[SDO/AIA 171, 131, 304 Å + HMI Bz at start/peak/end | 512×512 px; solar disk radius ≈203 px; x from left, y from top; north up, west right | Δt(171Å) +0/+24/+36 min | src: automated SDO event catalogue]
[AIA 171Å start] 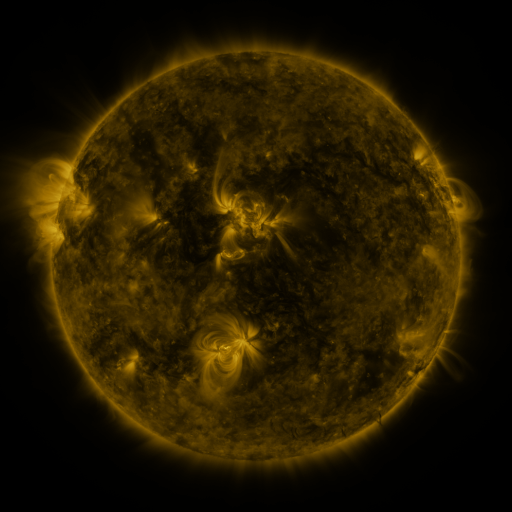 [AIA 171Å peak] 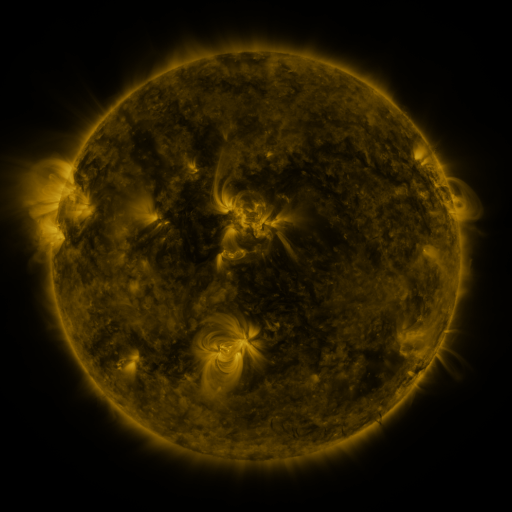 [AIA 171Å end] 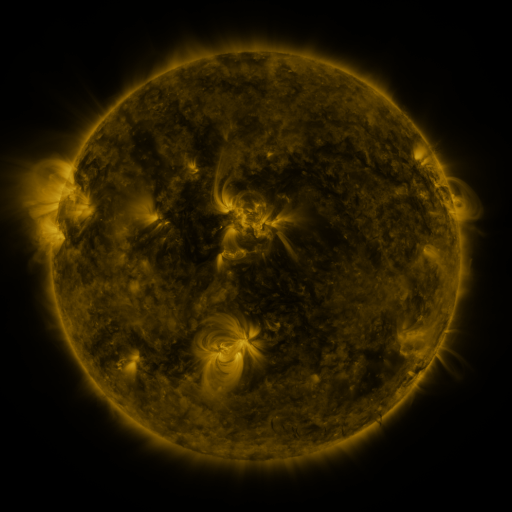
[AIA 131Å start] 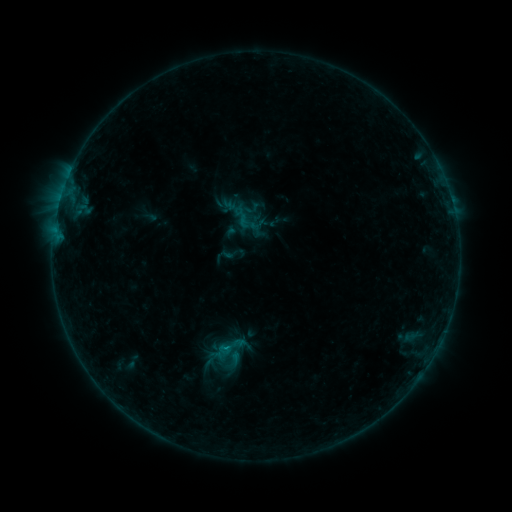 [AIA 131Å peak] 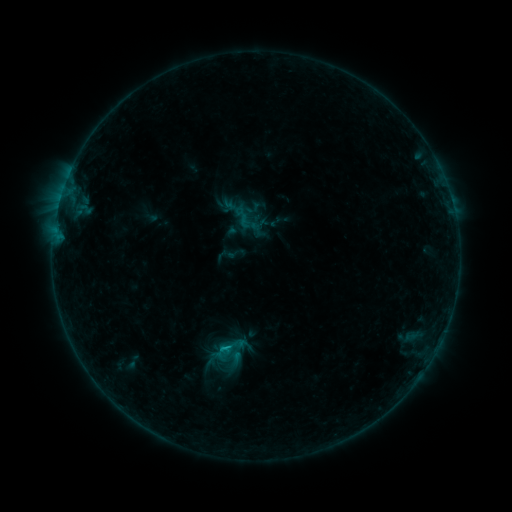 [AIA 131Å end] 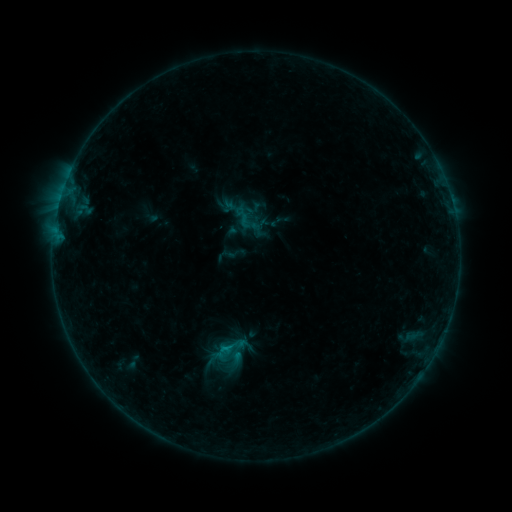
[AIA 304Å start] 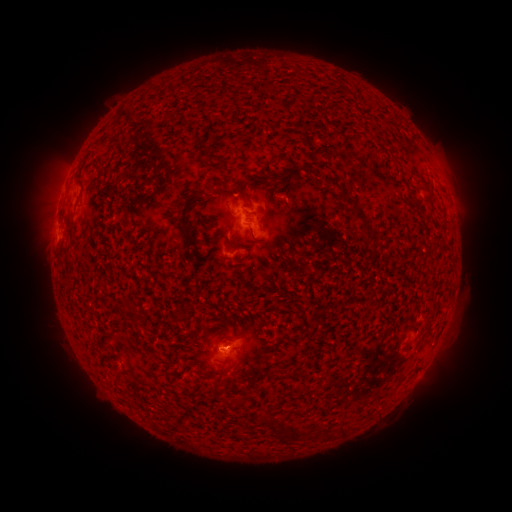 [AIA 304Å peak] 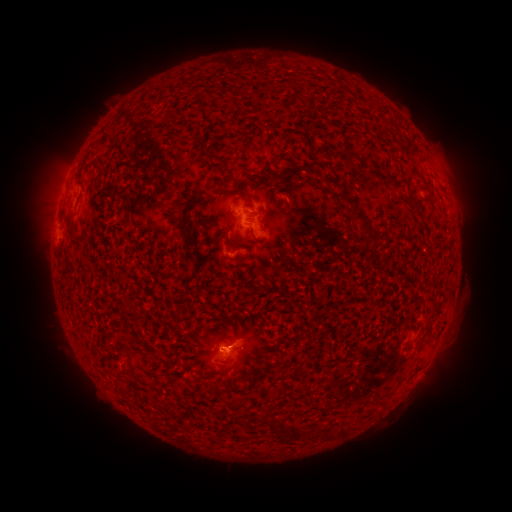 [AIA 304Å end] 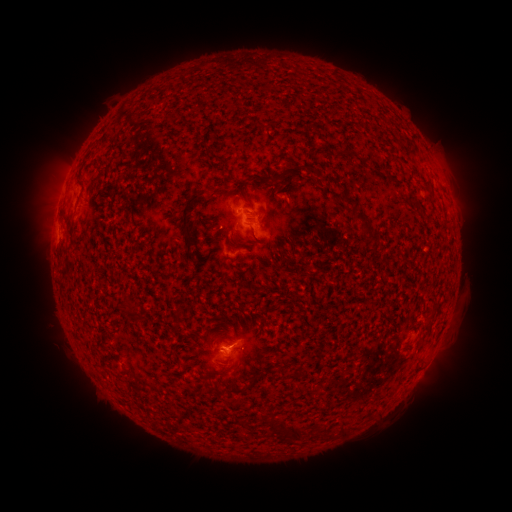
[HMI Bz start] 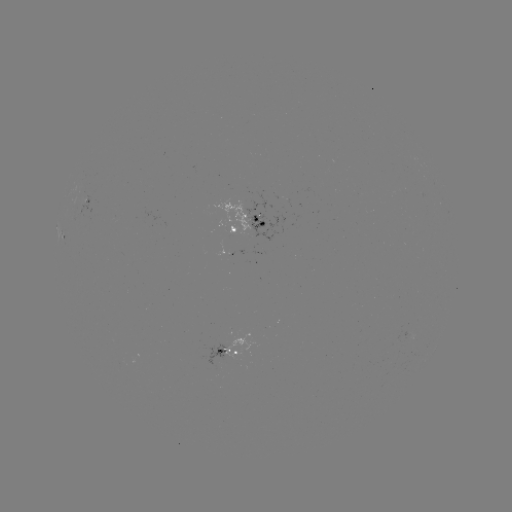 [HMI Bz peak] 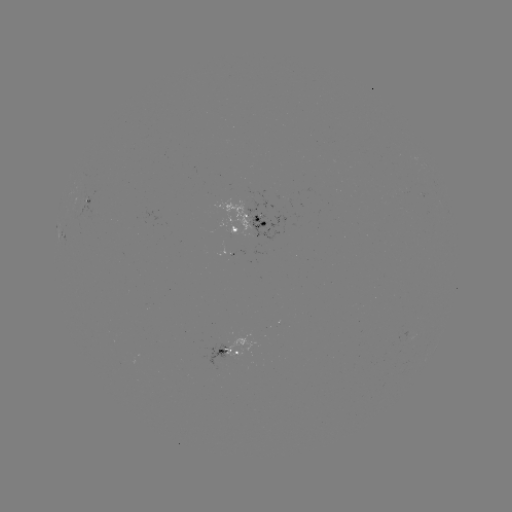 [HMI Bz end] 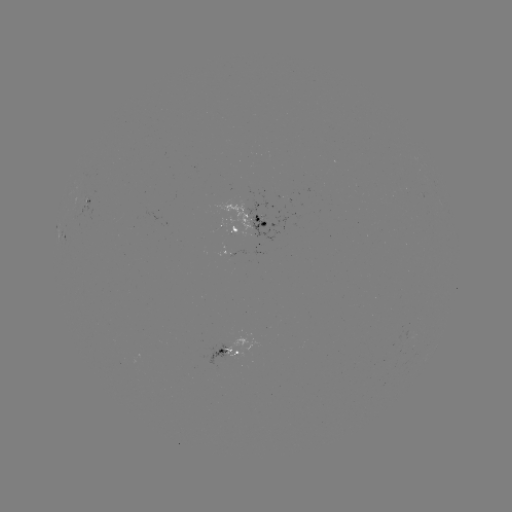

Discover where B4.9 flare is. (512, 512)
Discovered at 226,348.